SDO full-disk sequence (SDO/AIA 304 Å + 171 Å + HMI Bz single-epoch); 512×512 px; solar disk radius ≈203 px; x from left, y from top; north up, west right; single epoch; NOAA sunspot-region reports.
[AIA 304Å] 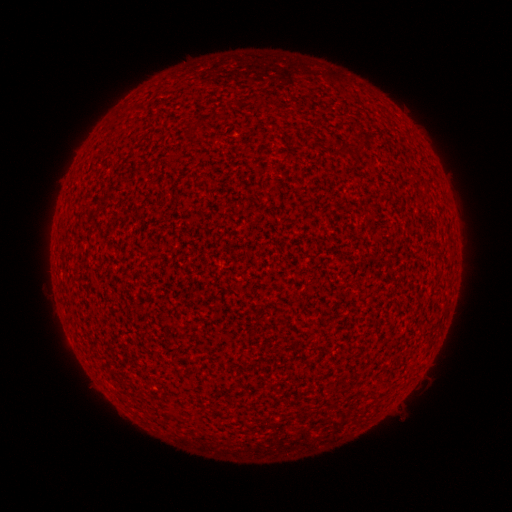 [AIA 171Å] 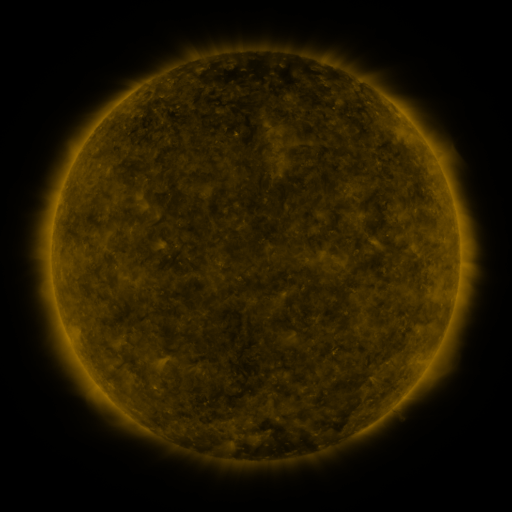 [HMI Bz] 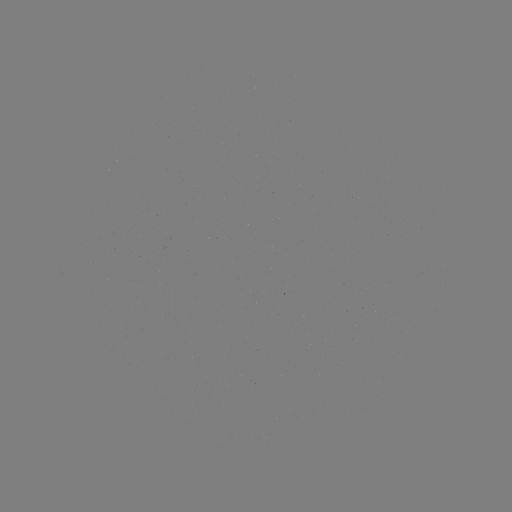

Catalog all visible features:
(none)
